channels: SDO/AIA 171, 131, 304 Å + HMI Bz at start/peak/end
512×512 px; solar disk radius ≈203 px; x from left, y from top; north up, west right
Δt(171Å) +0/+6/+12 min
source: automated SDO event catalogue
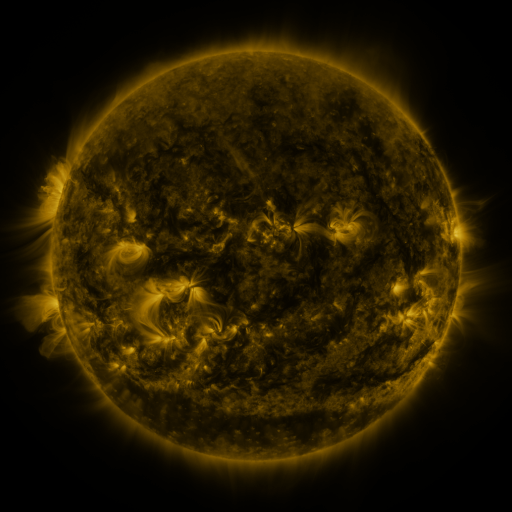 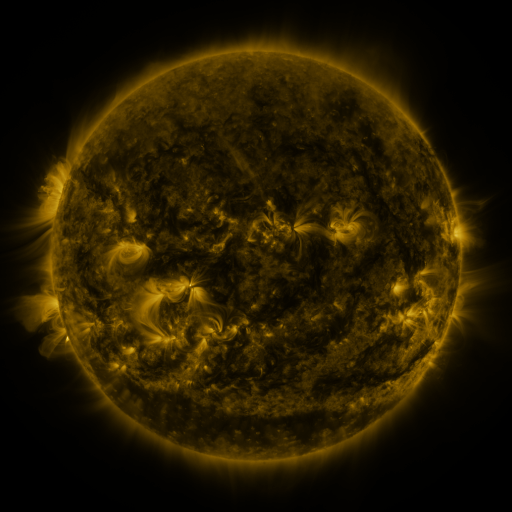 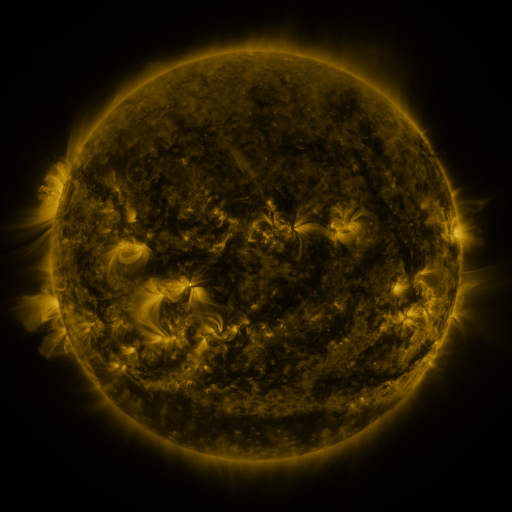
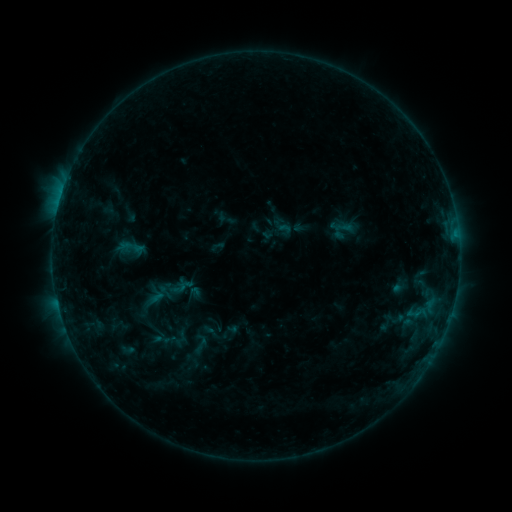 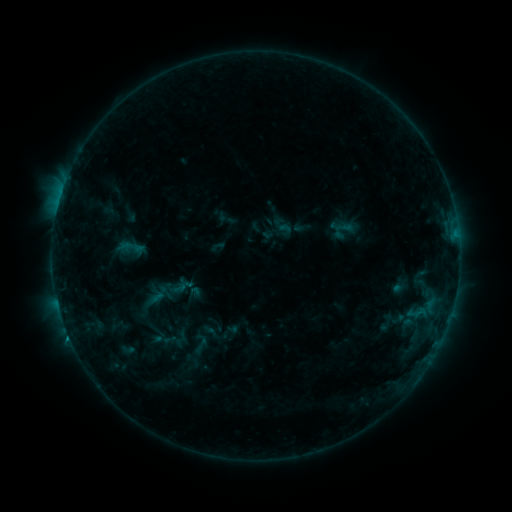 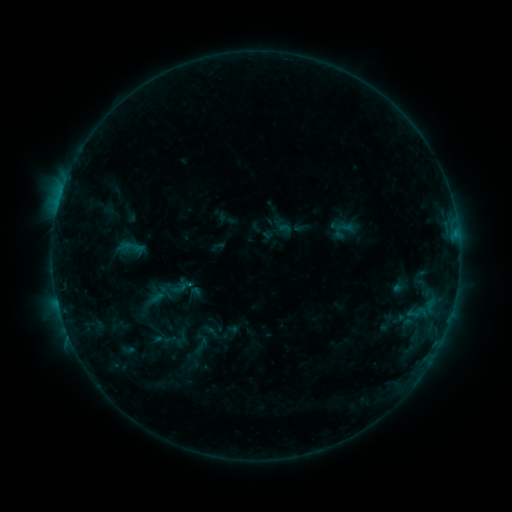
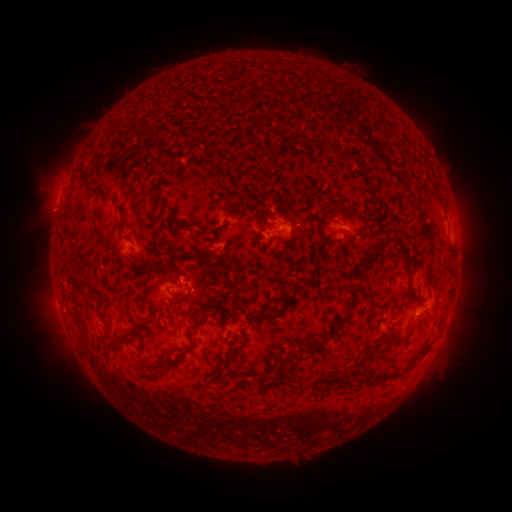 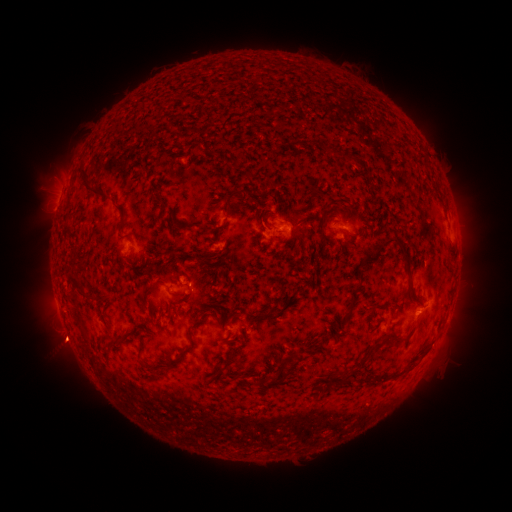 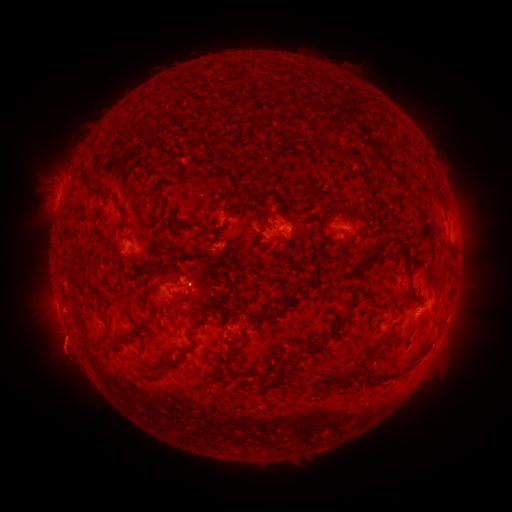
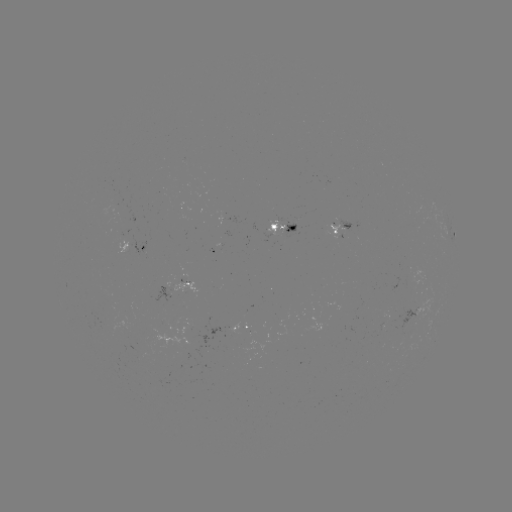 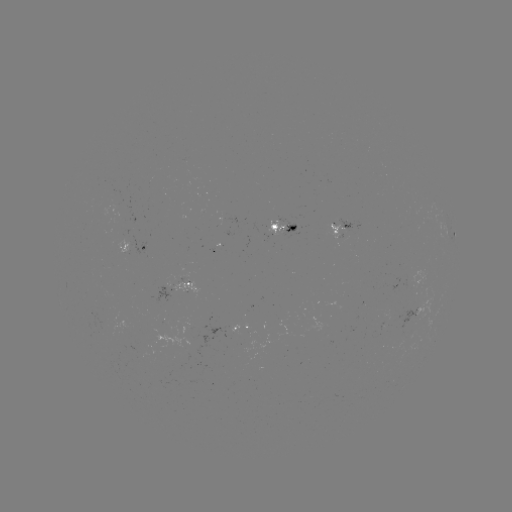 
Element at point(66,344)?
eruption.